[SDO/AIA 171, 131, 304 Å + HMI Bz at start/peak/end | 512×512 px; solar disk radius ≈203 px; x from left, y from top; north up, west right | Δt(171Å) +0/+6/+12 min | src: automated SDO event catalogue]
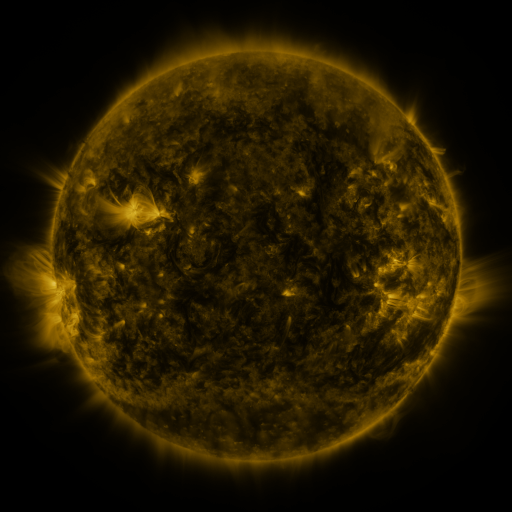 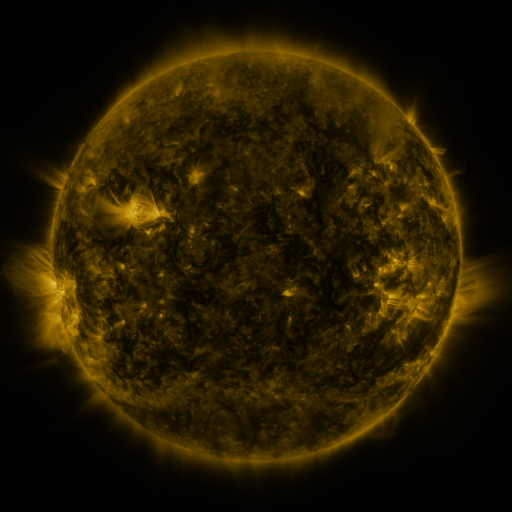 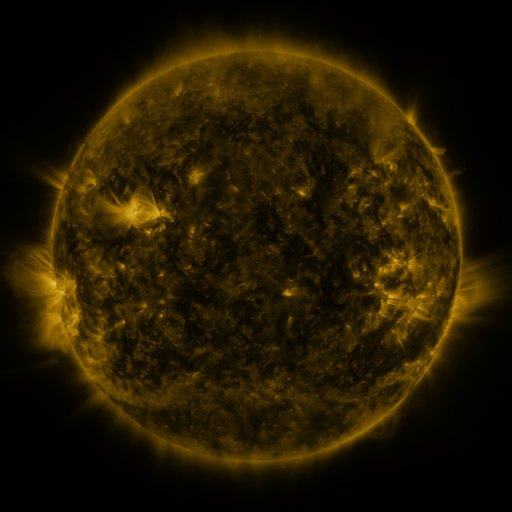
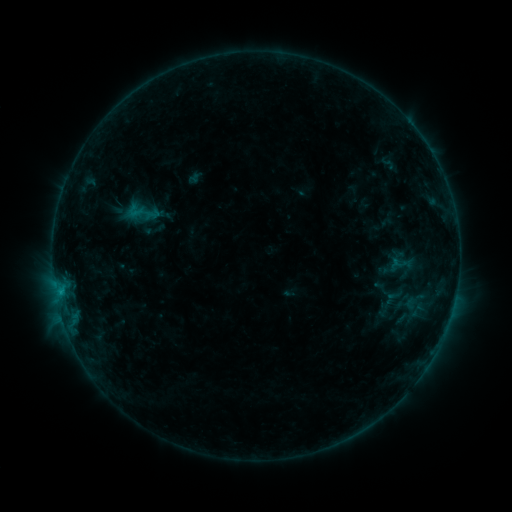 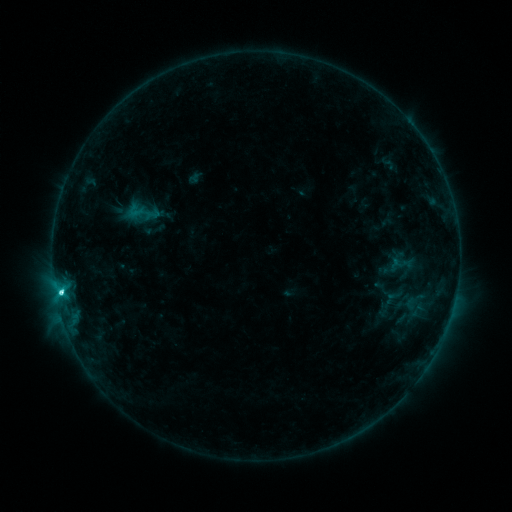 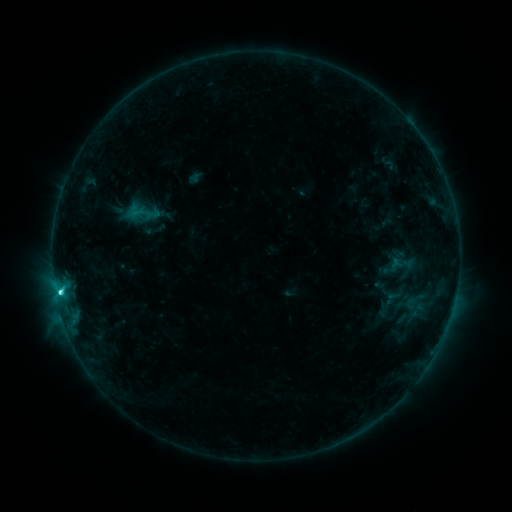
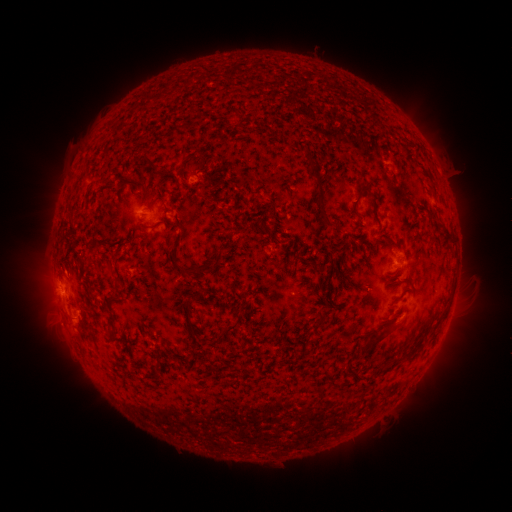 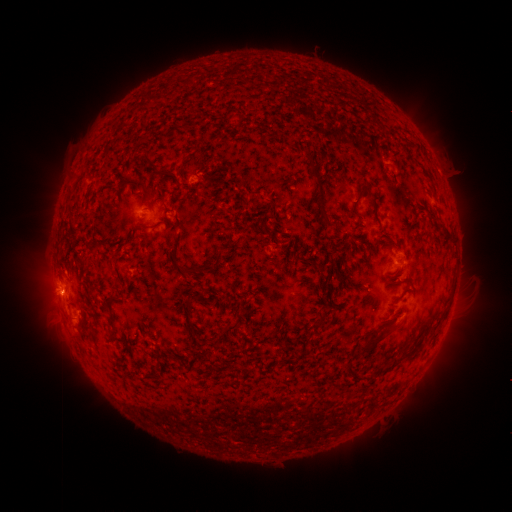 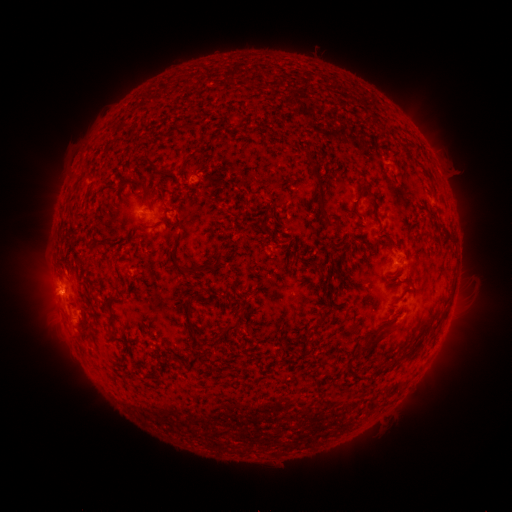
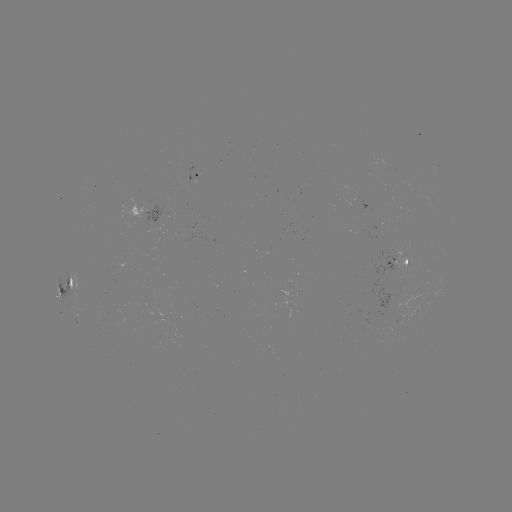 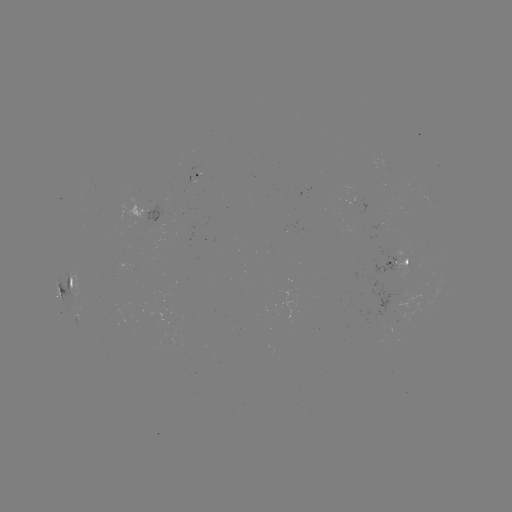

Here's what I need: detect C4.3 flare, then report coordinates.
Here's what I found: C4.3 flare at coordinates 61,290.